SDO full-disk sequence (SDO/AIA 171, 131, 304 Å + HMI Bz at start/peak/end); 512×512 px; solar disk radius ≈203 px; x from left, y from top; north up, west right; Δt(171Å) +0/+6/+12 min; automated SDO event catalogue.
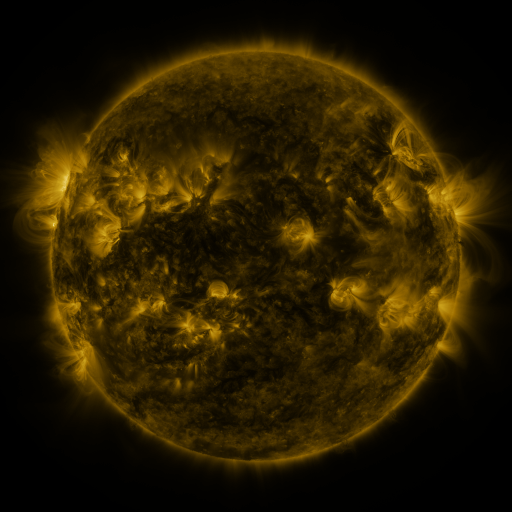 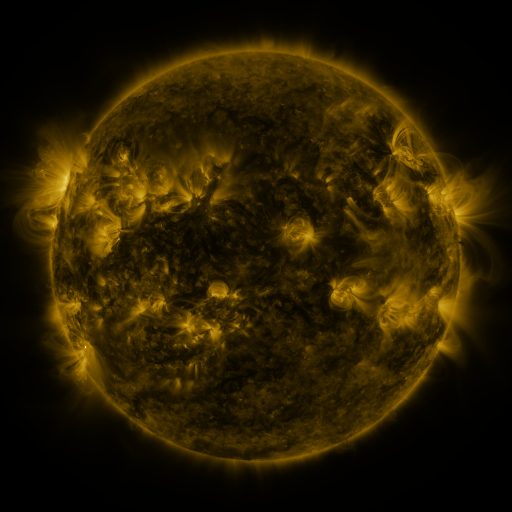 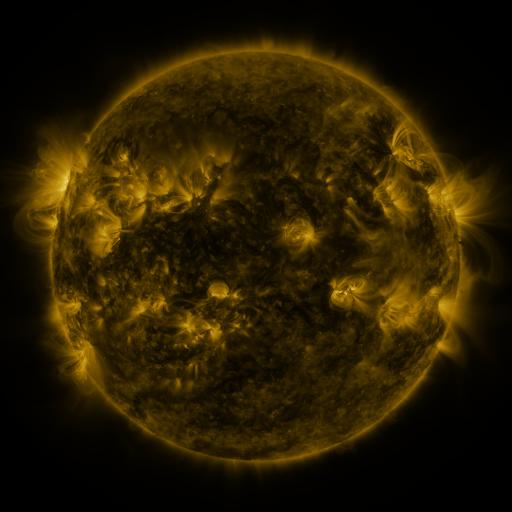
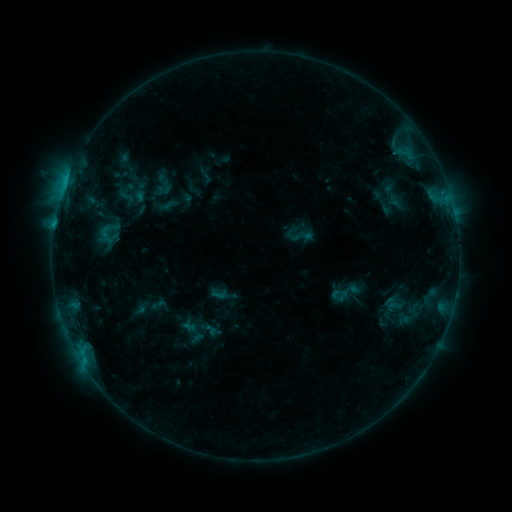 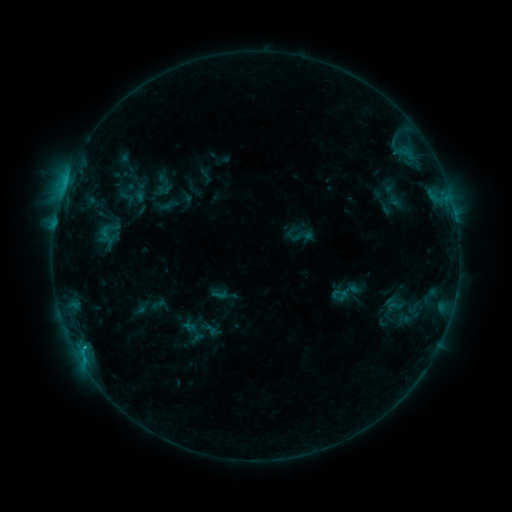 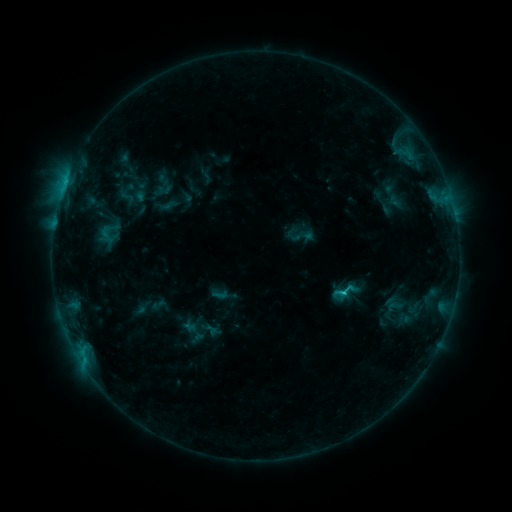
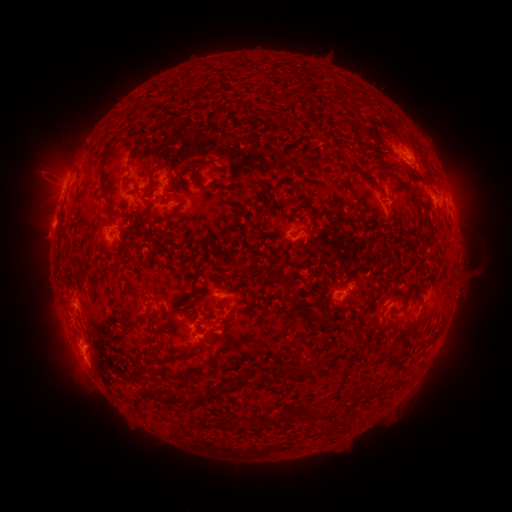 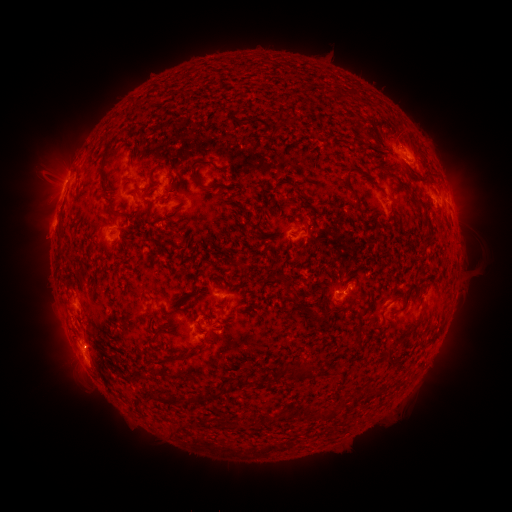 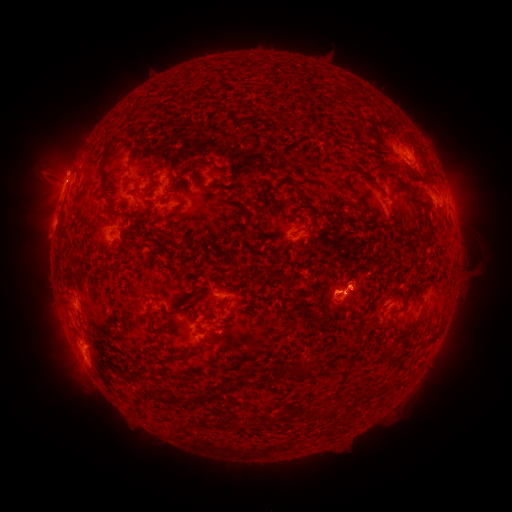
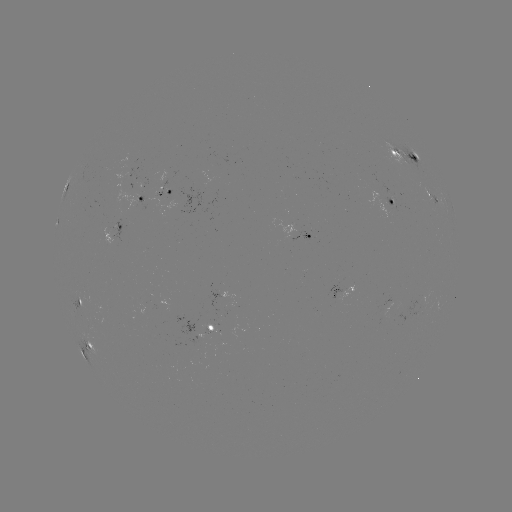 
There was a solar flare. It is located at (85, 347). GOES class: C1.3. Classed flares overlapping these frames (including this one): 1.